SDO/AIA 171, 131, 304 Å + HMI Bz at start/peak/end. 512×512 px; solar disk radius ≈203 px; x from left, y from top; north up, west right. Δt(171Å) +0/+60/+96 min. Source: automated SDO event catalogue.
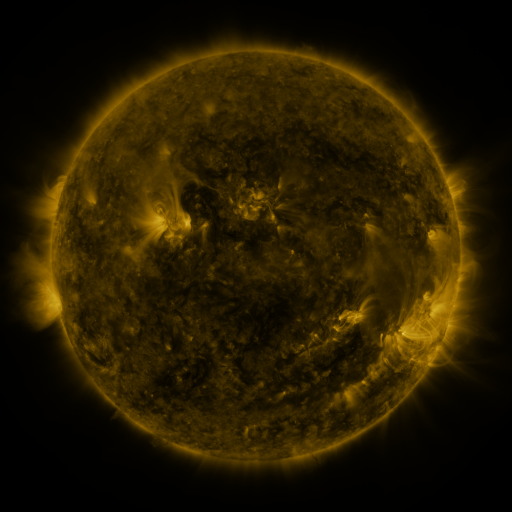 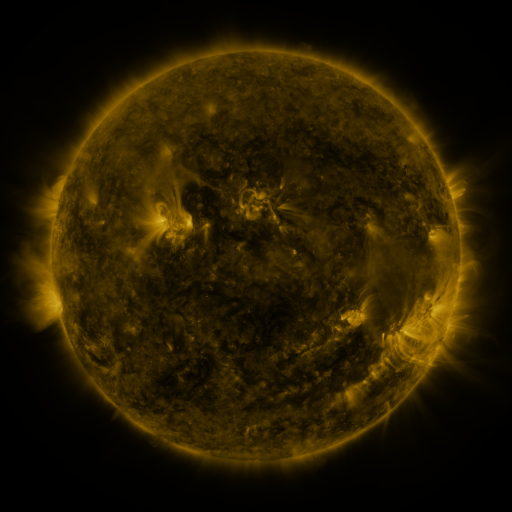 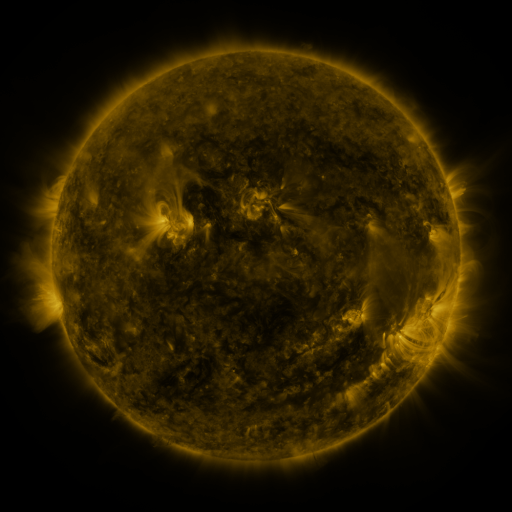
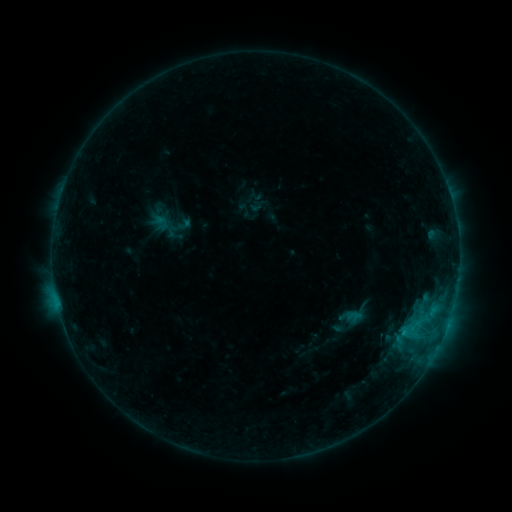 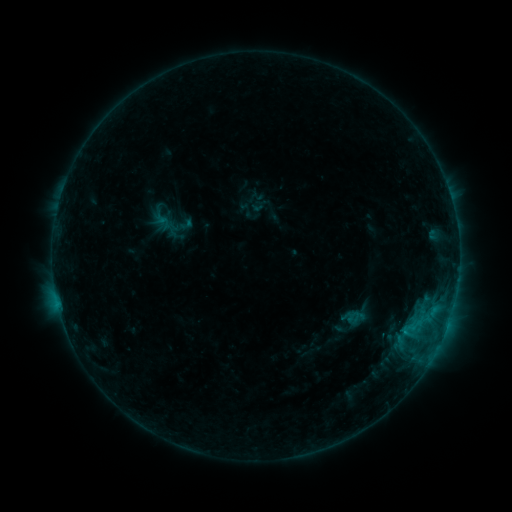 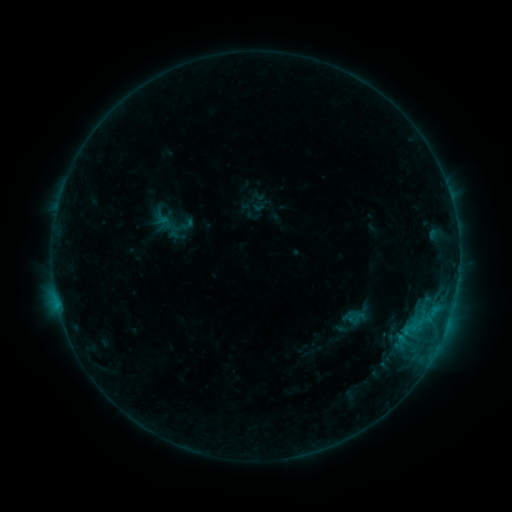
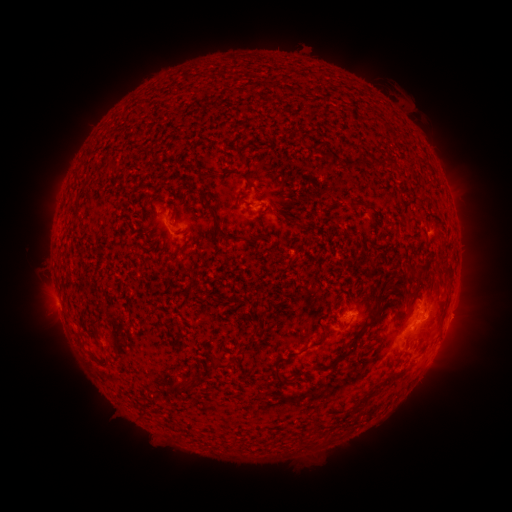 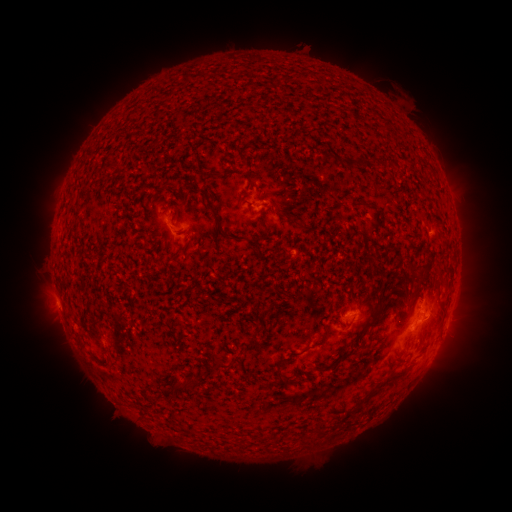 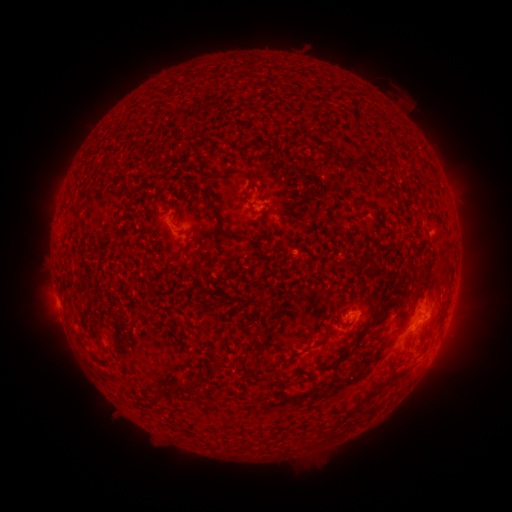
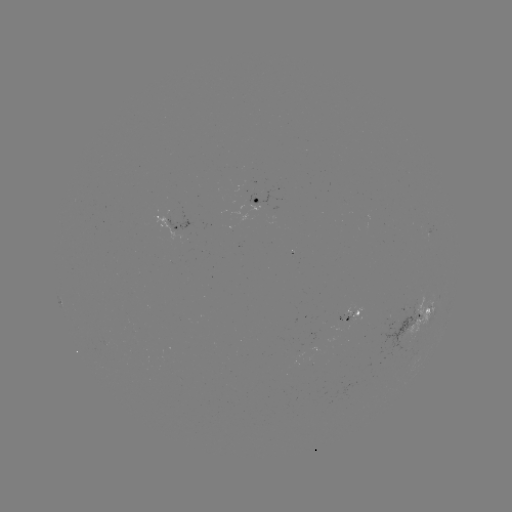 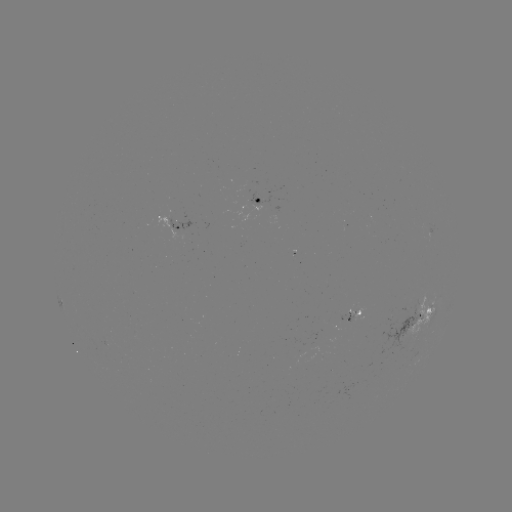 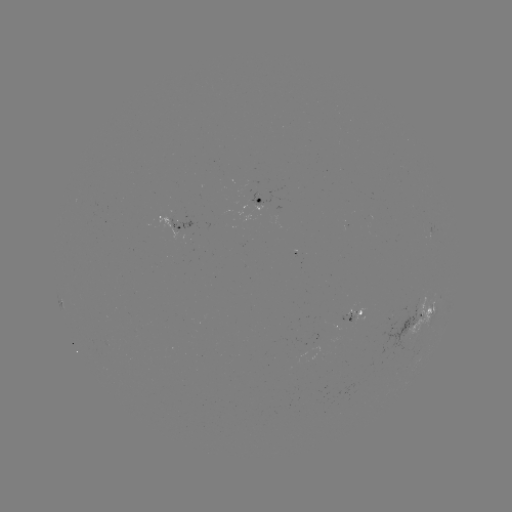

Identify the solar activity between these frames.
emerging-flux region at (348, 323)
